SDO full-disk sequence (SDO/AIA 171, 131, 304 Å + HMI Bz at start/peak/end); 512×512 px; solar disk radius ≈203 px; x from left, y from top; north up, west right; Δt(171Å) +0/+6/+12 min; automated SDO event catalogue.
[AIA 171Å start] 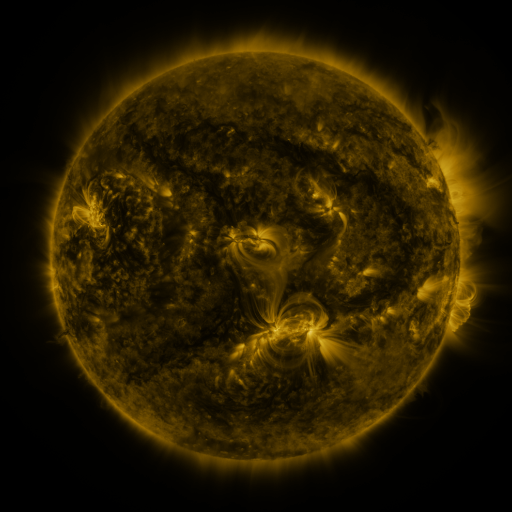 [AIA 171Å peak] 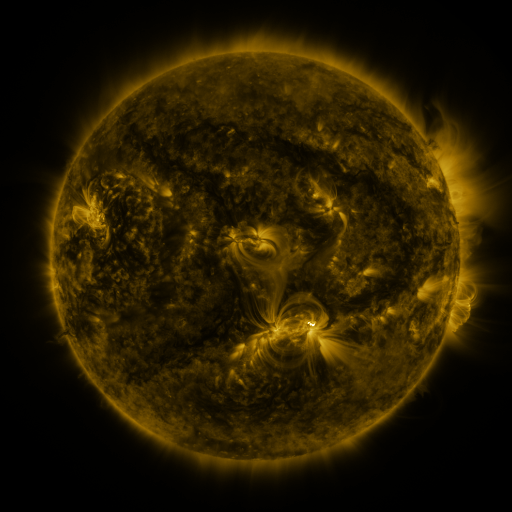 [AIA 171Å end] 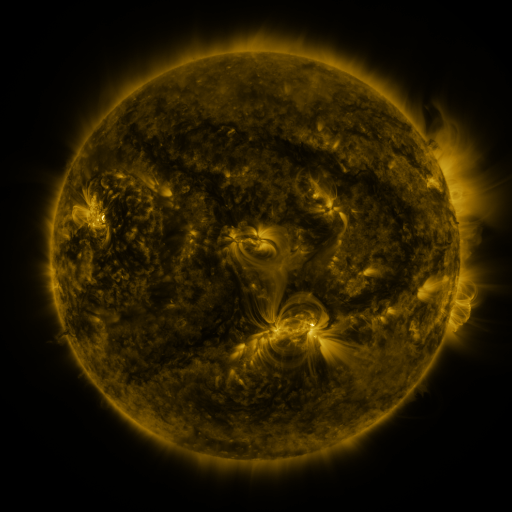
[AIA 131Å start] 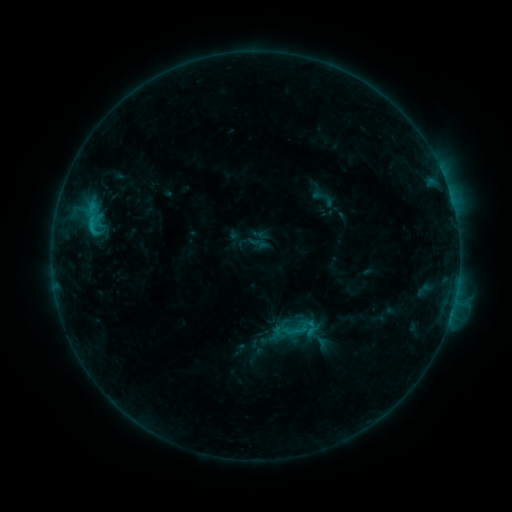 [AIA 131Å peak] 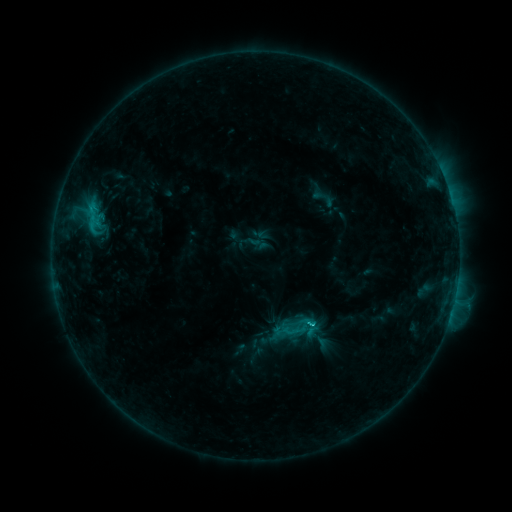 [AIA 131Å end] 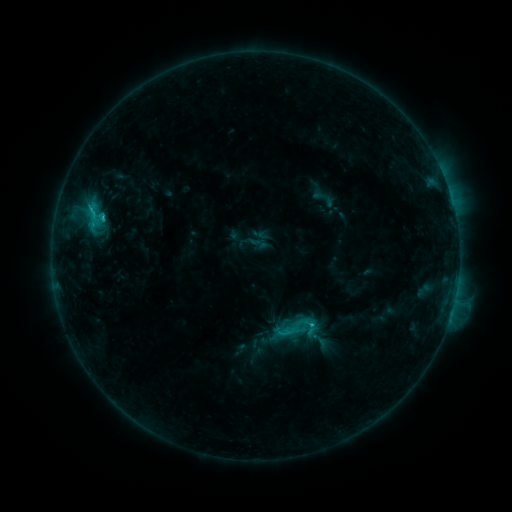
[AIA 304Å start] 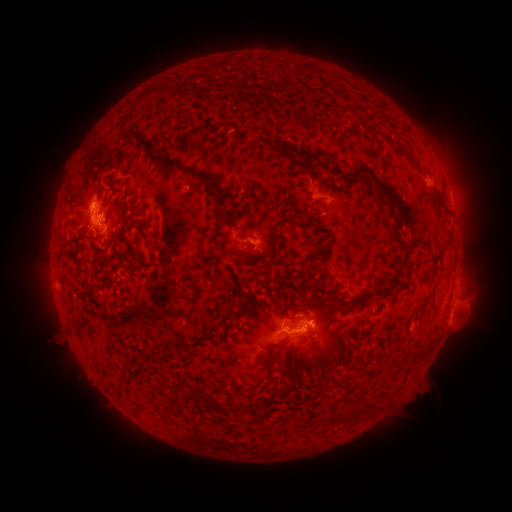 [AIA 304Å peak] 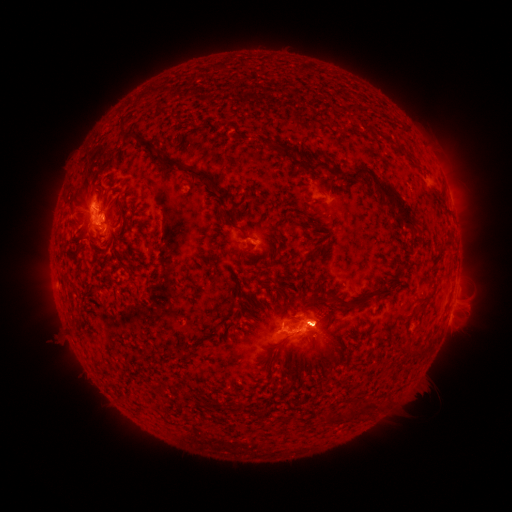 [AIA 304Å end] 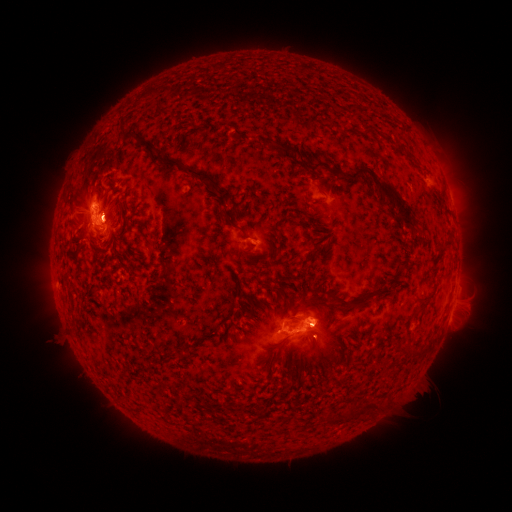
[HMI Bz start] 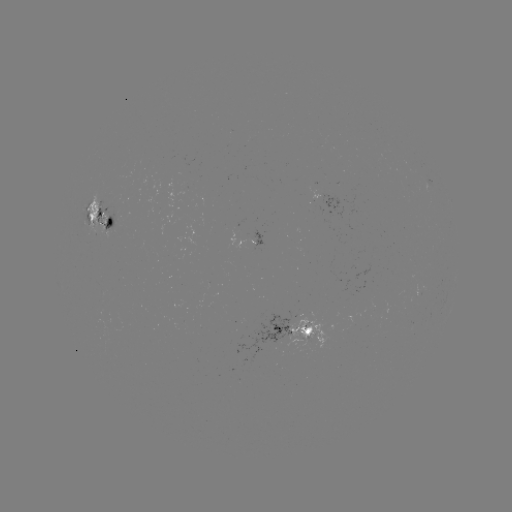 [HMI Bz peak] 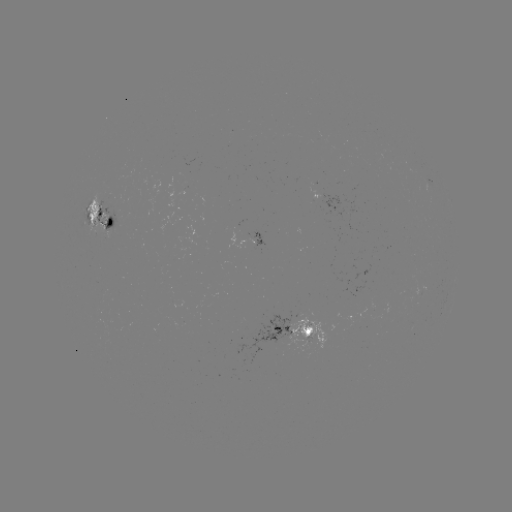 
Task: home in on C2.3 flare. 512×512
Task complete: [309, 323].